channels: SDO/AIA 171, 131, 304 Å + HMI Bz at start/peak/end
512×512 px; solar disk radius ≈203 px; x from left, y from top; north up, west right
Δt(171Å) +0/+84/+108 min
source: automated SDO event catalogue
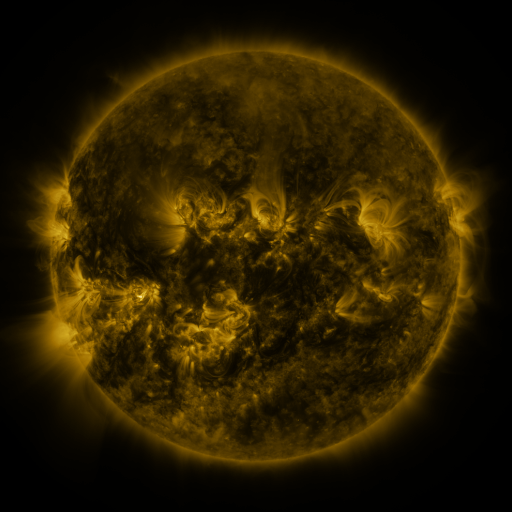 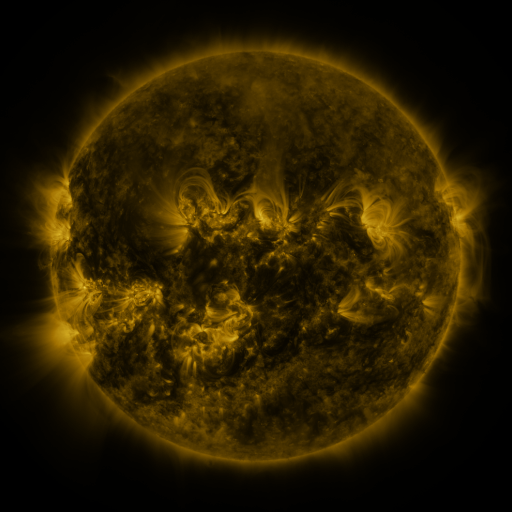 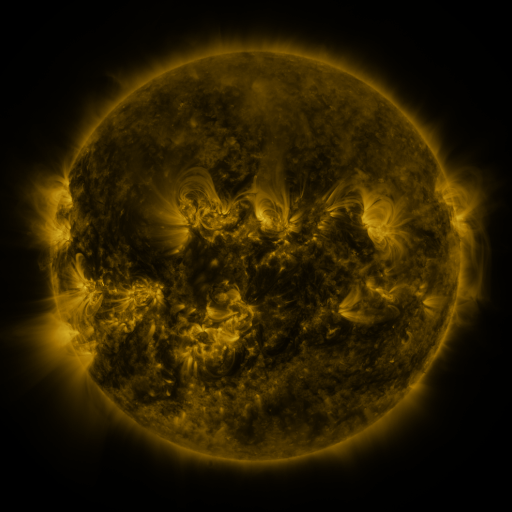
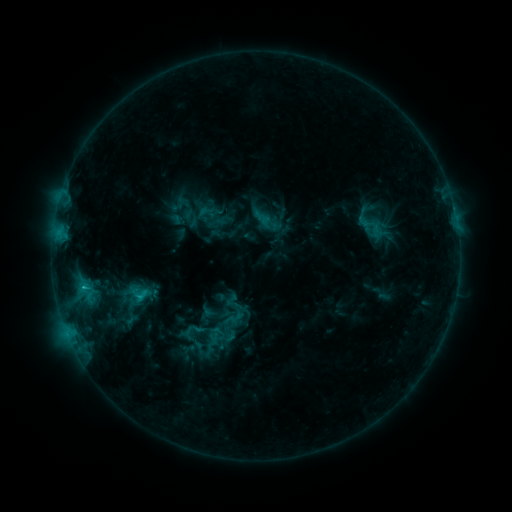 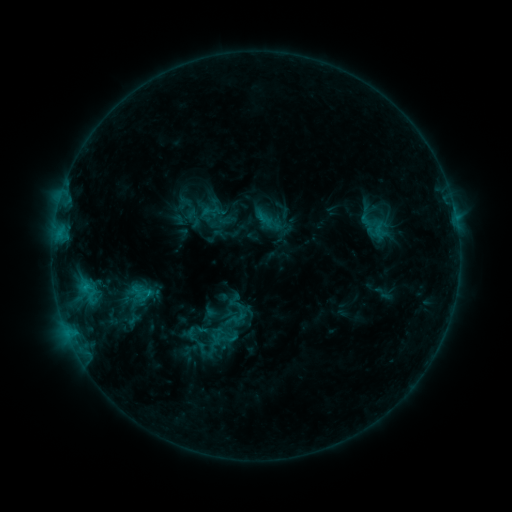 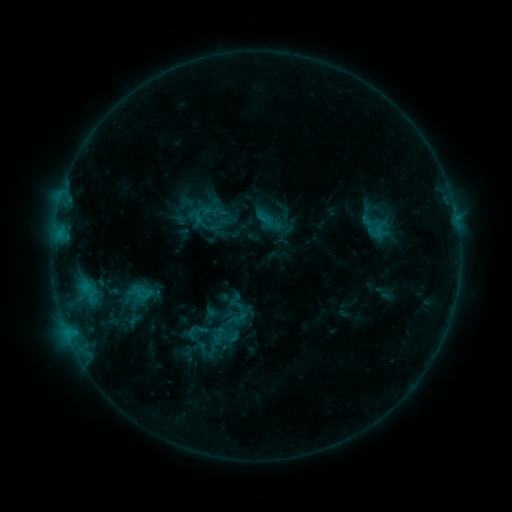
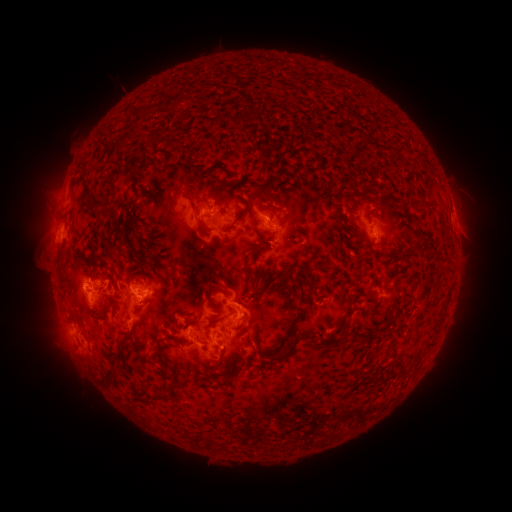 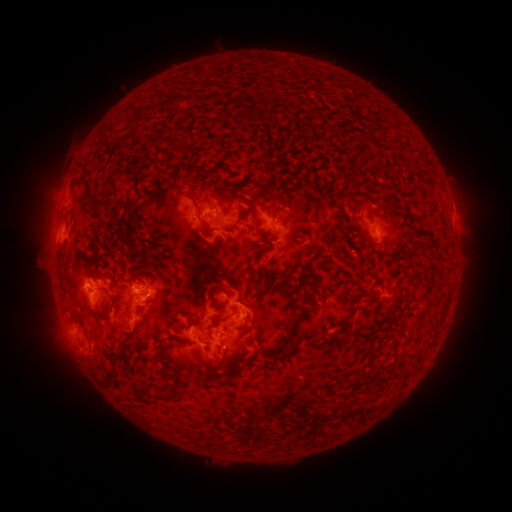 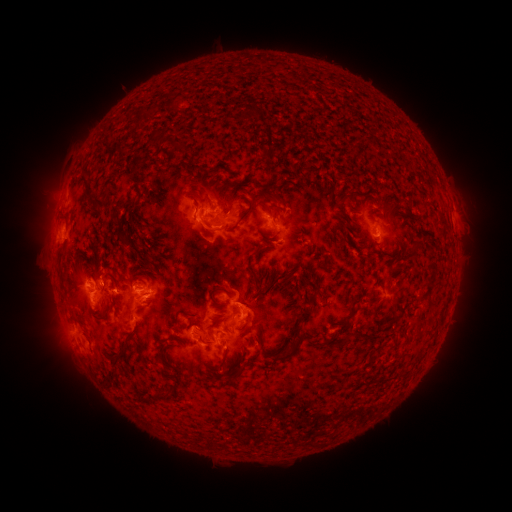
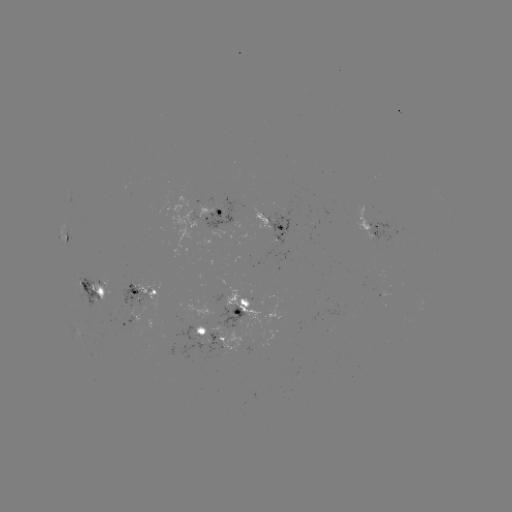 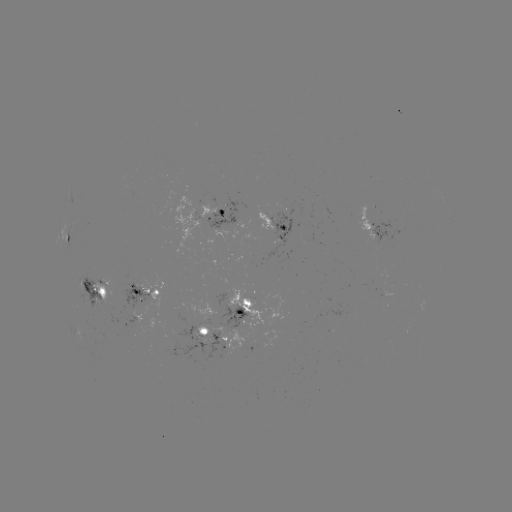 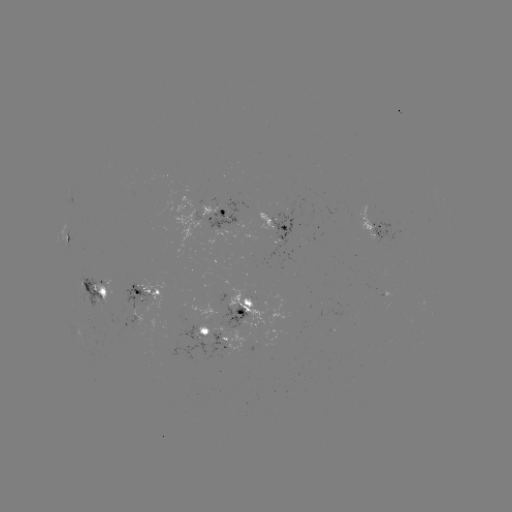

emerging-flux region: [118, 281, 155, 313]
